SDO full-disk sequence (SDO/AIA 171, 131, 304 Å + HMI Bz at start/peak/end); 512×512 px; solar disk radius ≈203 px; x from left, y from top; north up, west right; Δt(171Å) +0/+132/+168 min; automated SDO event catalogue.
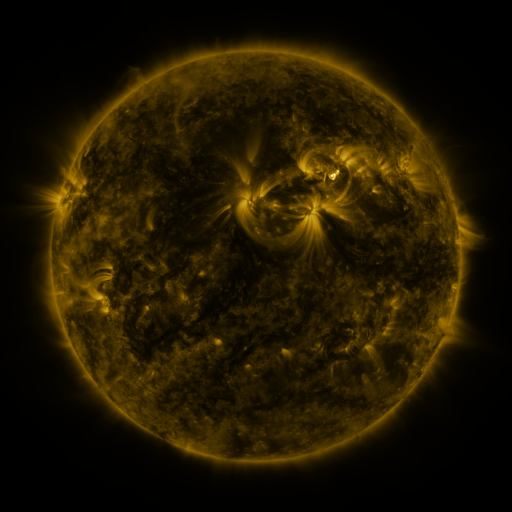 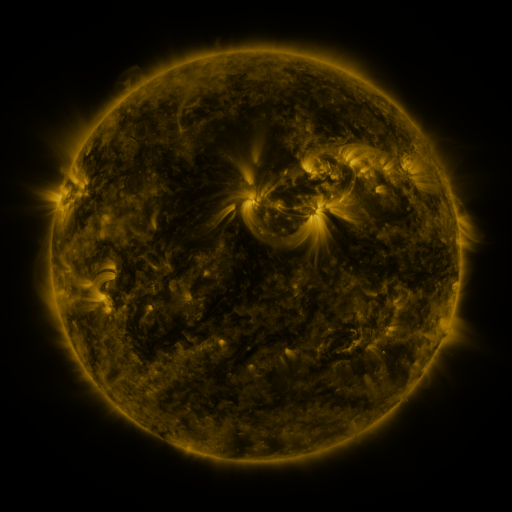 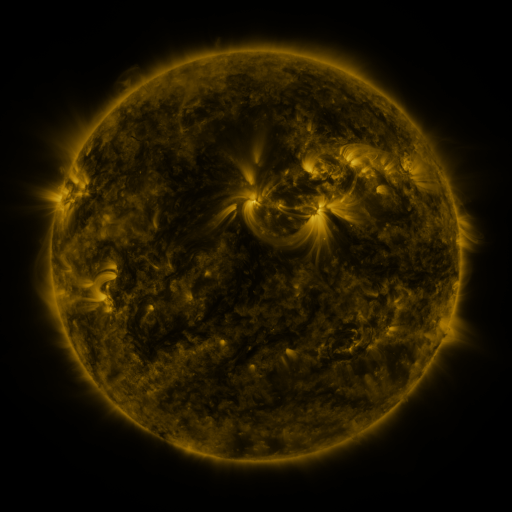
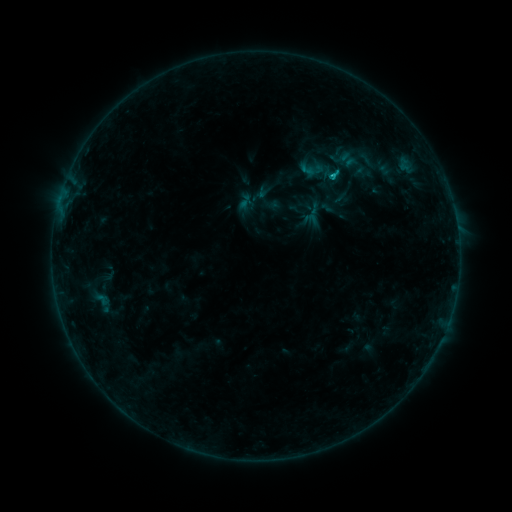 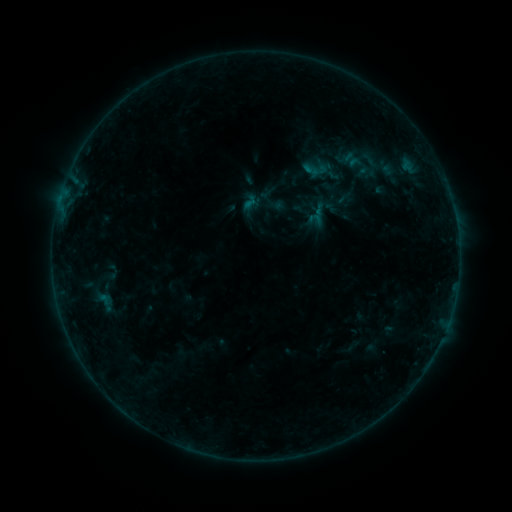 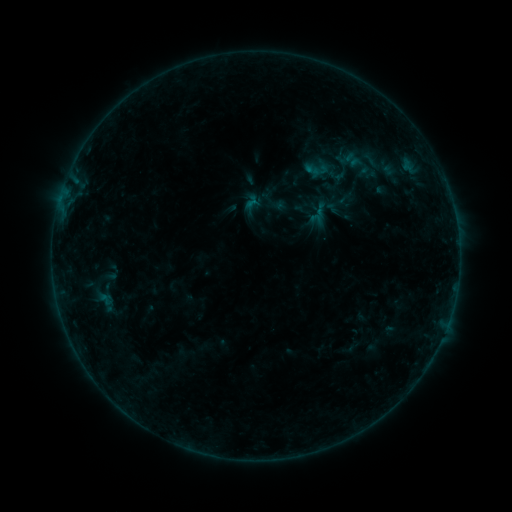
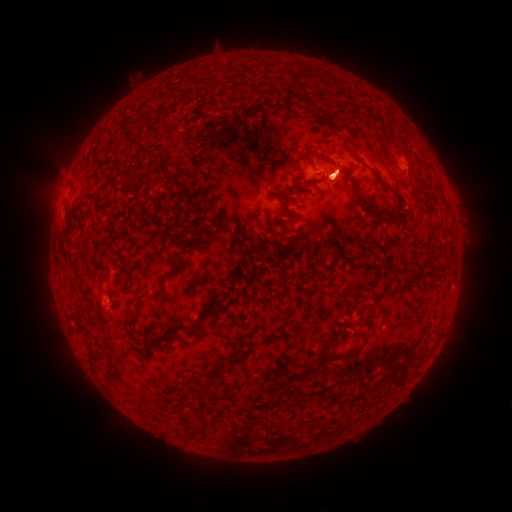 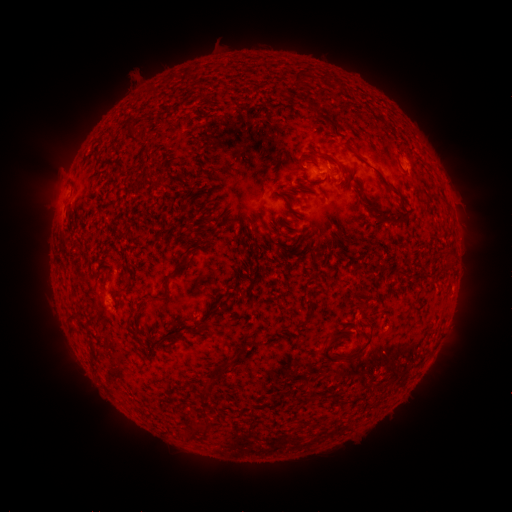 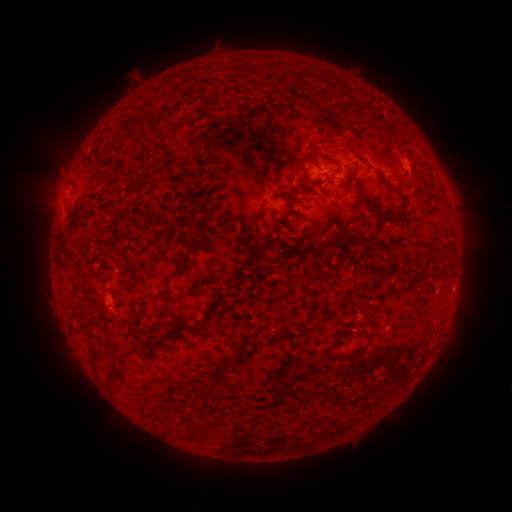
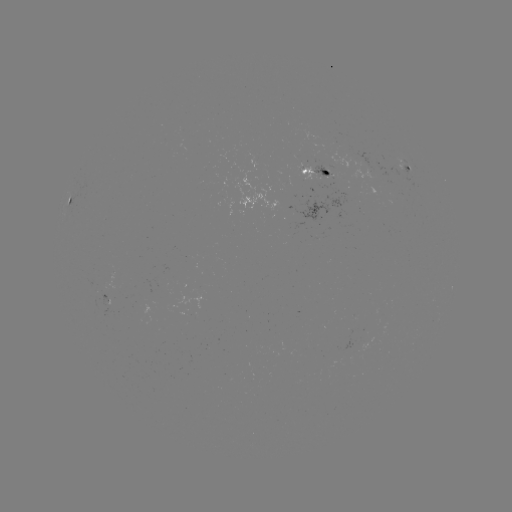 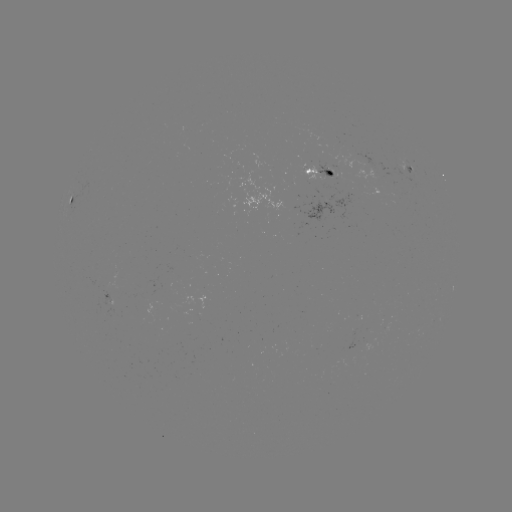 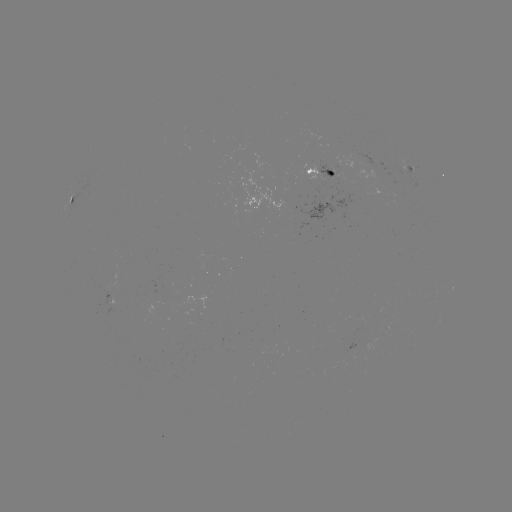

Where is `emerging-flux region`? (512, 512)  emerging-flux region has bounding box [383, 323, 390, 335].